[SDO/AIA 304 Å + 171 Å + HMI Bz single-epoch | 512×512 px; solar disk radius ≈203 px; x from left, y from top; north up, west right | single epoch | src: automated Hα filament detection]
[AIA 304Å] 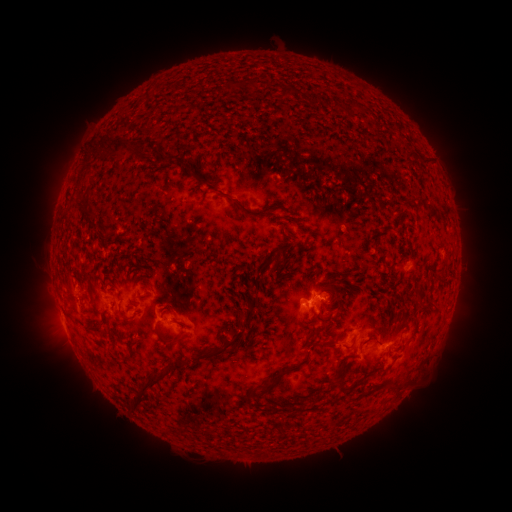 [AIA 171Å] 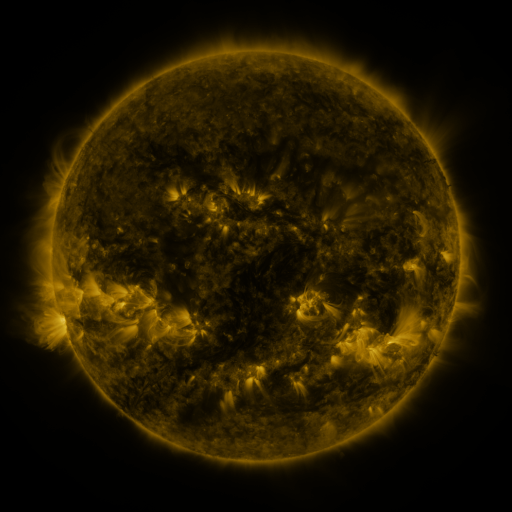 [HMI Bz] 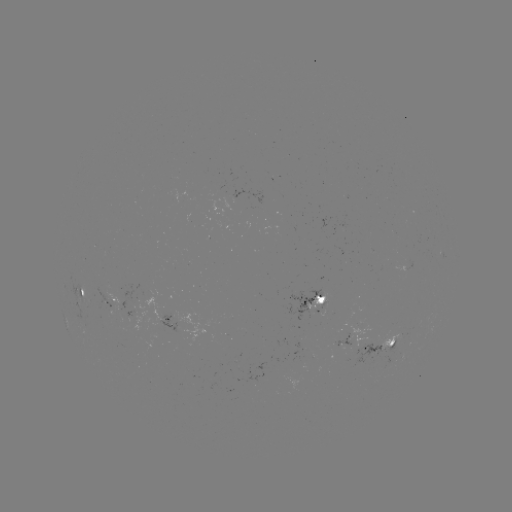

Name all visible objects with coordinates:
filament: (233, 85)
filament: (283, 92)
filament: (346, 106)
filament: (106, 151)
filament: (84, 163)
filament: (168, 163)
filament: (189, 174)
filament: (410, 198)
filament: (243, 208)
filament: (86, 217)
filament: (285, 230)
filament: (278, 260)
filament: (420, 293)
filament: (74, 302)
filament: (167, 309)
filament: (249, 314)
filament: (104, 316)
filament: (124, 318)
filament: (324, 318)
filament: (71, 319)
filament: (95, 331)
filament: (318, 331)
filament: (234, 337)
filament: (166, 340)
filament: (333, 342)
filament: (210, 354)
filament: (285, 372)
filament: (158, 379)
filament: (400, 384)
filament: (349, 386)
